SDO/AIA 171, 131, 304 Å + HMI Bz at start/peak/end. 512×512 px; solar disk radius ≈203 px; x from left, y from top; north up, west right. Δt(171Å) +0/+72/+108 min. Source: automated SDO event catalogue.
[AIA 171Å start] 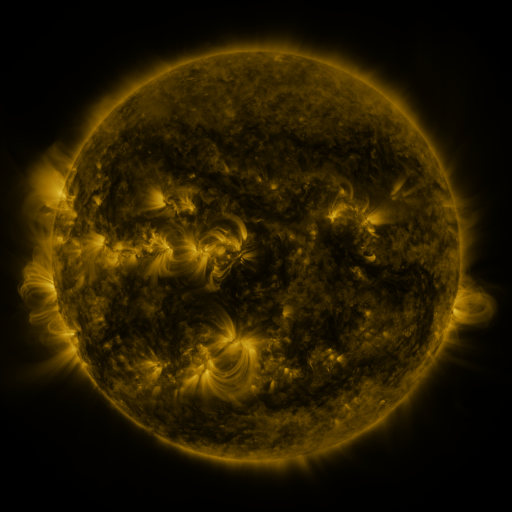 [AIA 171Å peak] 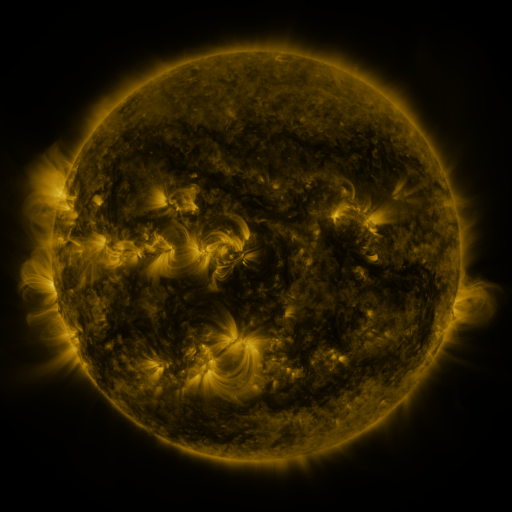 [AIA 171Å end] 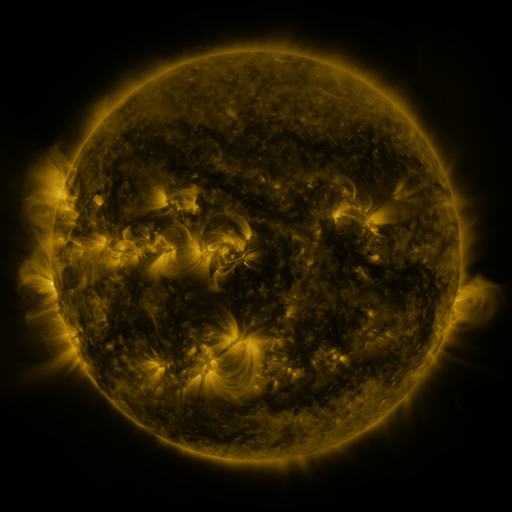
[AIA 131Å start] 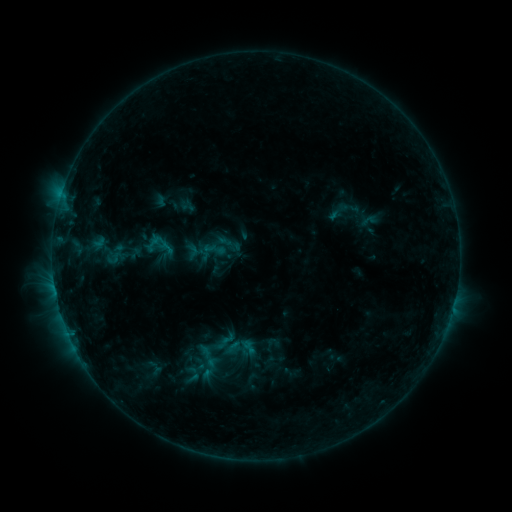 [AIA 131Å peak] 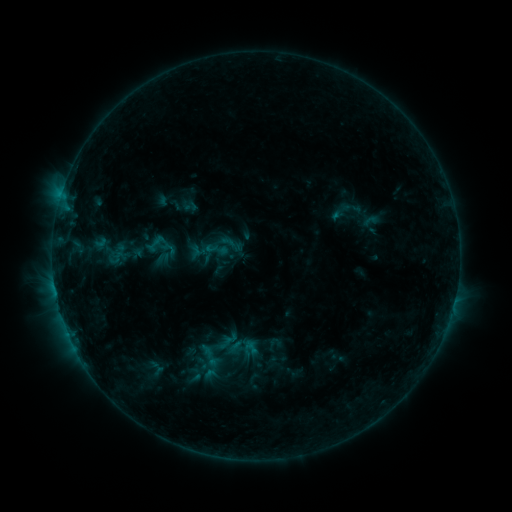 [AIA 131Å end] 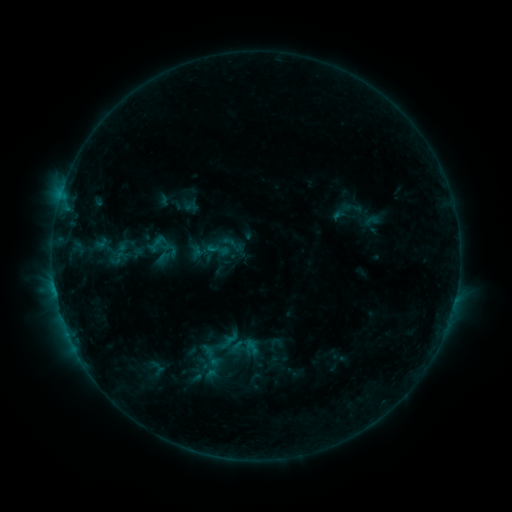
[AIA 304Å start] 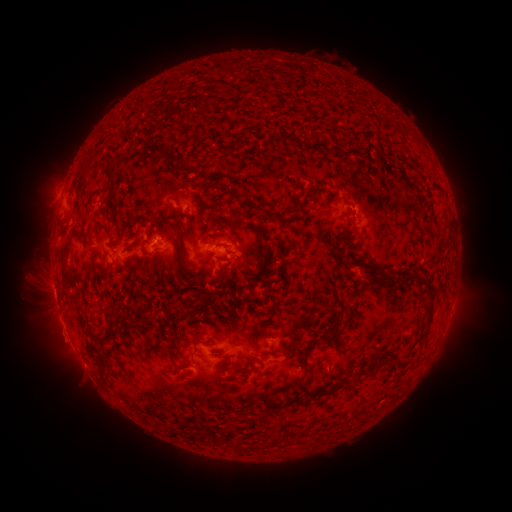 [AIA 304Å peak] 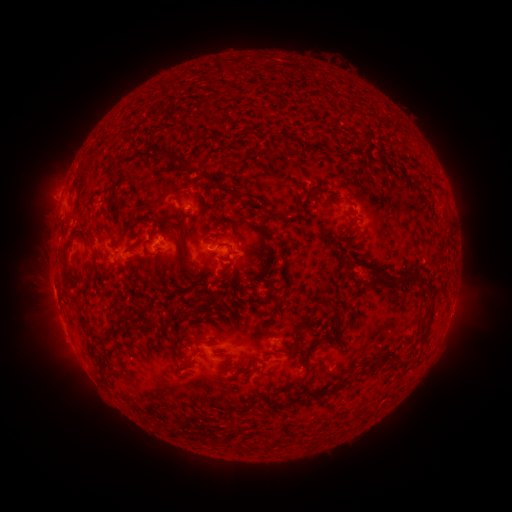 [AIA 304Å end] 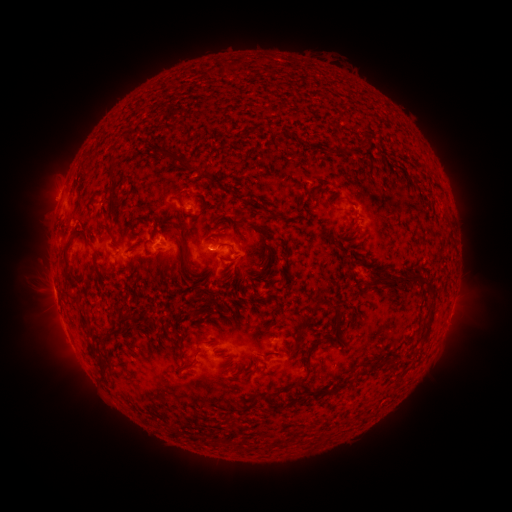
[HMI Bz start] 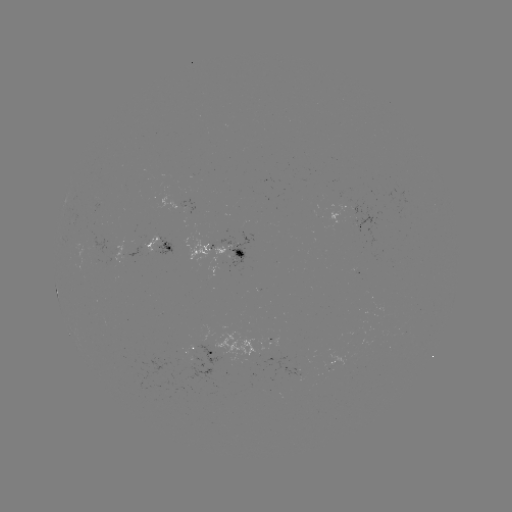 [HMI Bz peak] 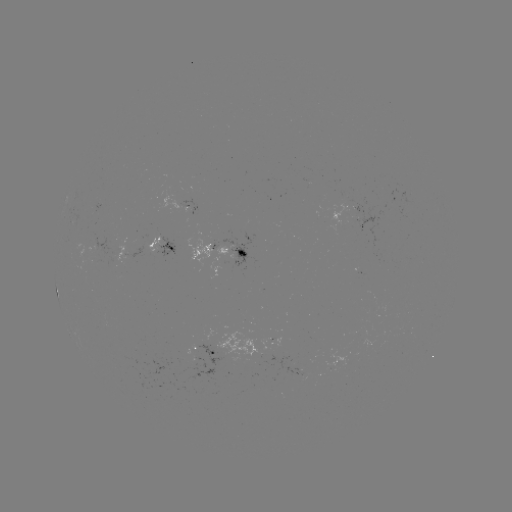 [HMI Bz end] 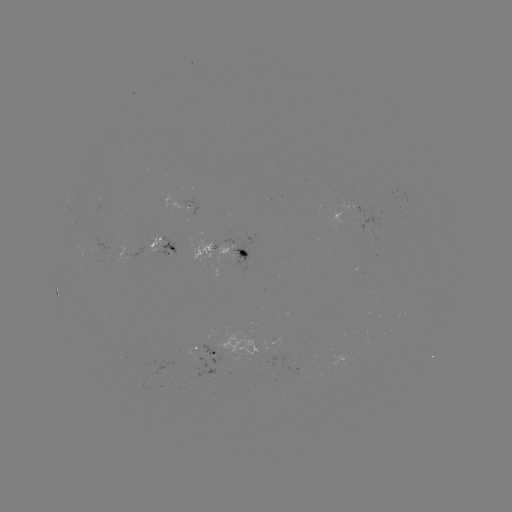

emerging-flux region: (182, 344, 218, 380)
